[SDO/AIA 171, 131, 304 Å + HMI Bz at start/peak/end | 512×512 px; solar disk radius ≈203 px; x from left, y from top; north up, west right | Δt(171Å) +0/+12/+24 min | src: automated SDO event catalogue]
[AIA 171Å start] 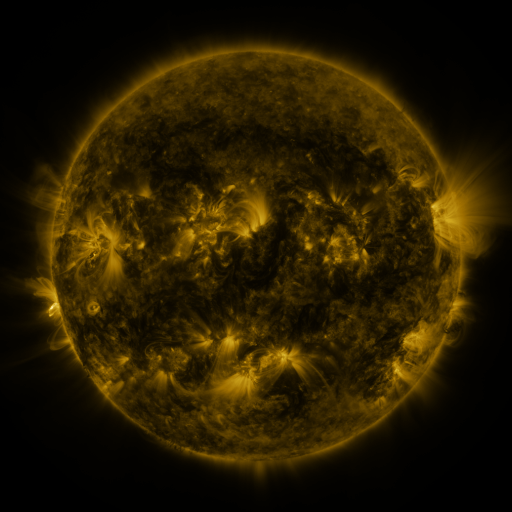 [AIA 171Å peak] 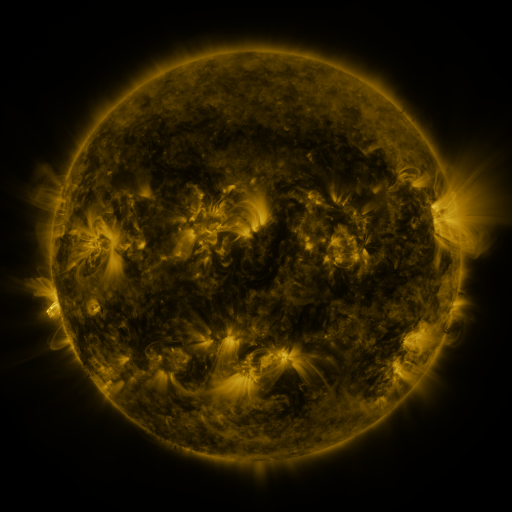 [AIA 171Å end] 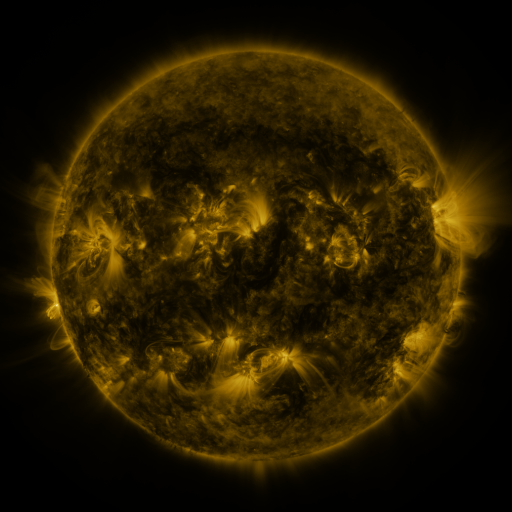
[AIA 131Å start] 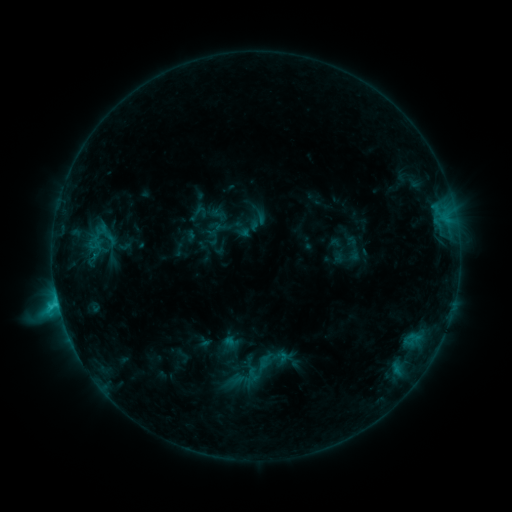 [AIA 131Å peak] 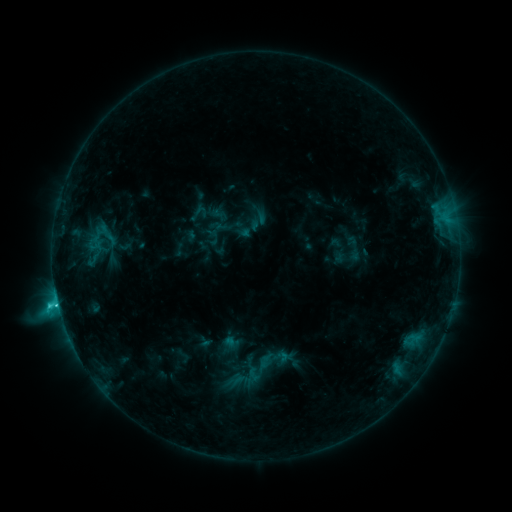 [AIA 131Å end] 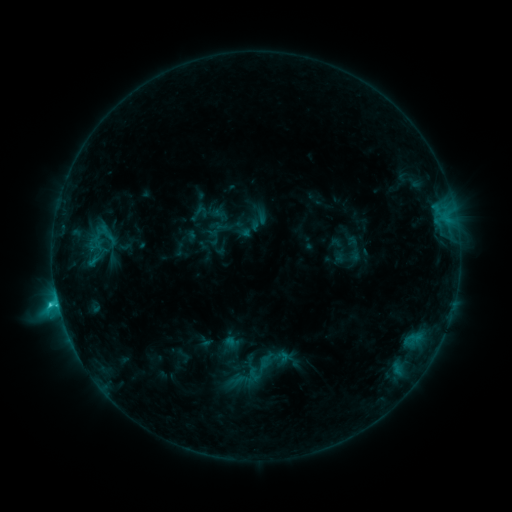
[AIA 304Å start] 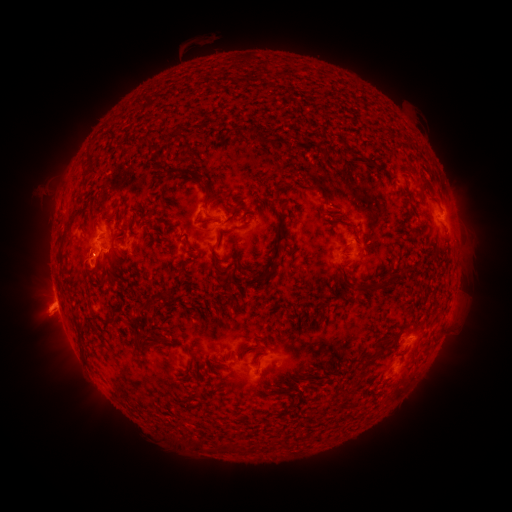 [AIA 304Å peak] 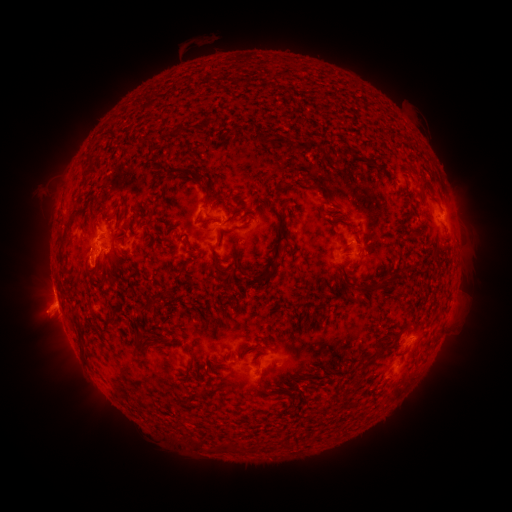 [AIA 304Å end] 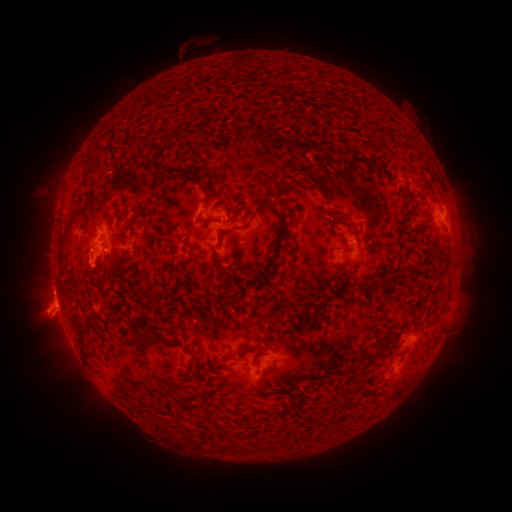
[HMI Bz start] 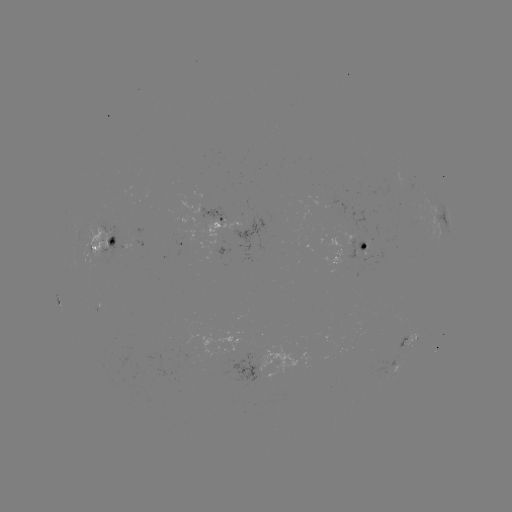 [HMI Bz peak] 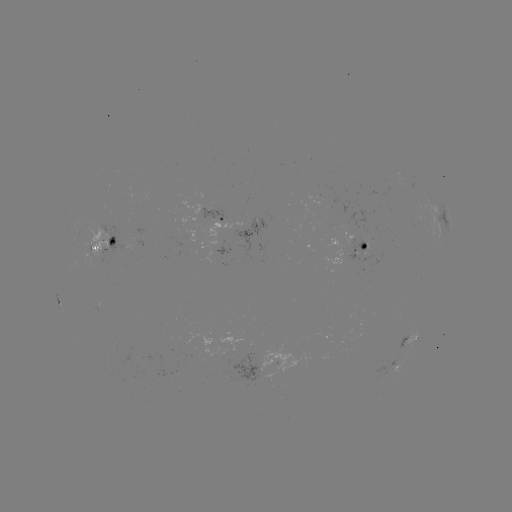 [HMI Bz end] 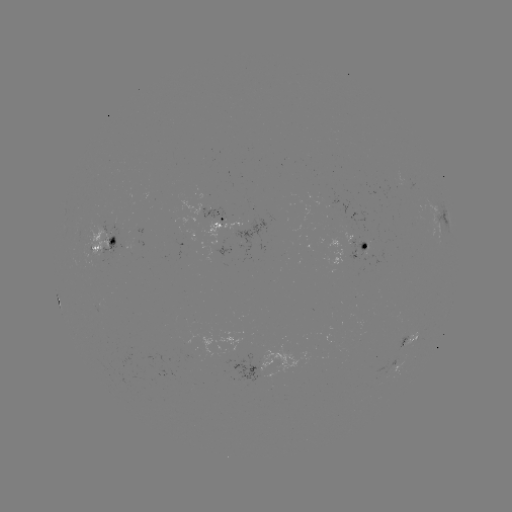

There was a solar flare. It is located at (59, 305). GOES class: C2.7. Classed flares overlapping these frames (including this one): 1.